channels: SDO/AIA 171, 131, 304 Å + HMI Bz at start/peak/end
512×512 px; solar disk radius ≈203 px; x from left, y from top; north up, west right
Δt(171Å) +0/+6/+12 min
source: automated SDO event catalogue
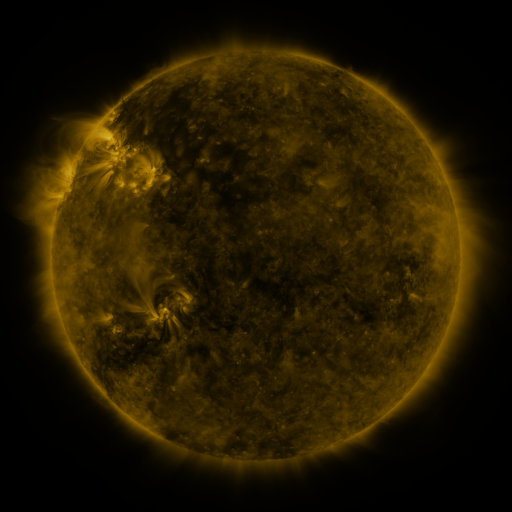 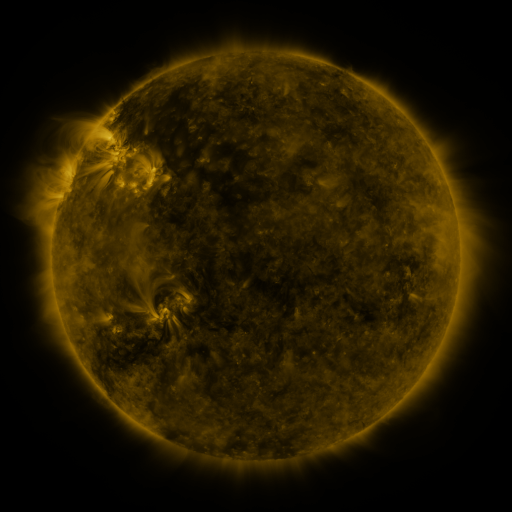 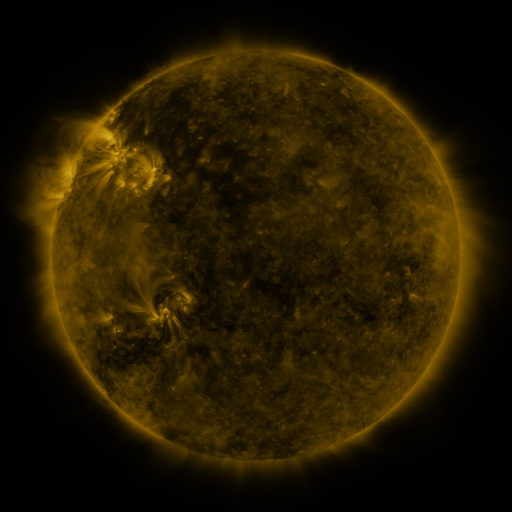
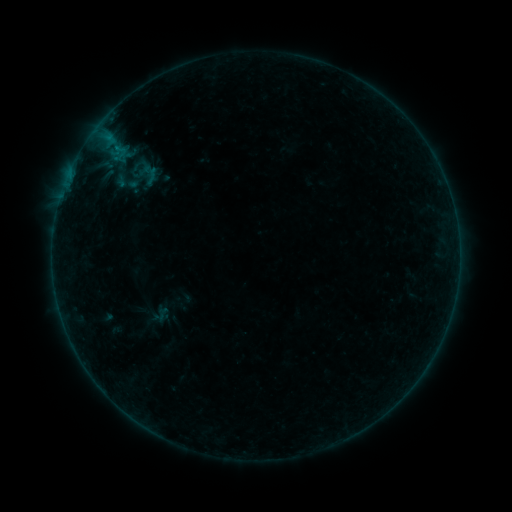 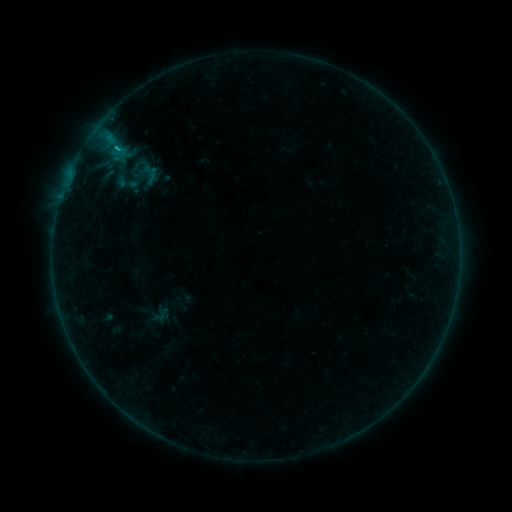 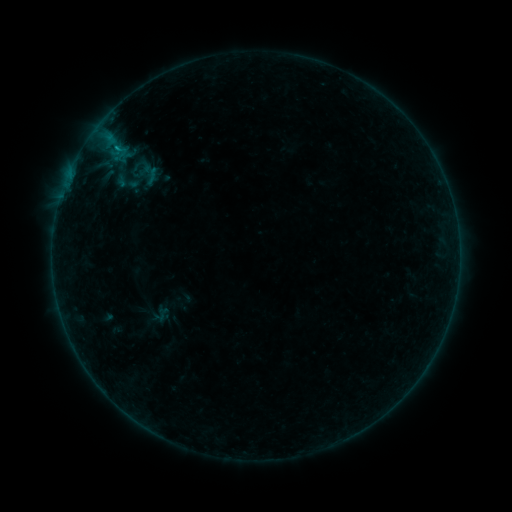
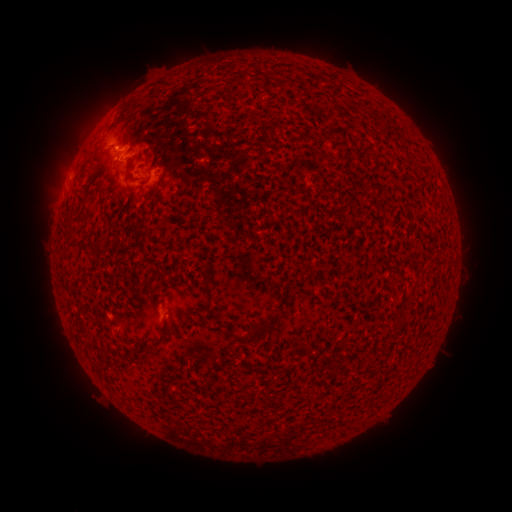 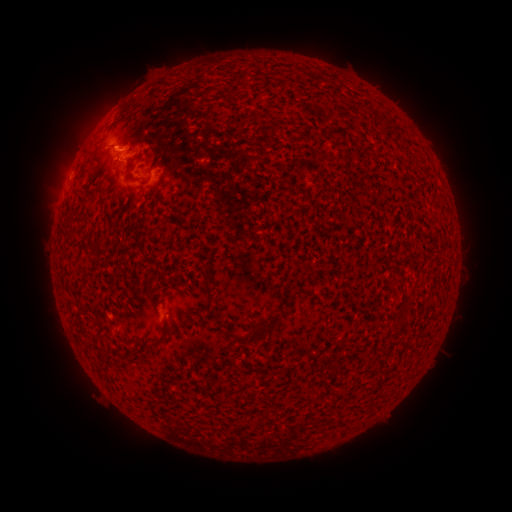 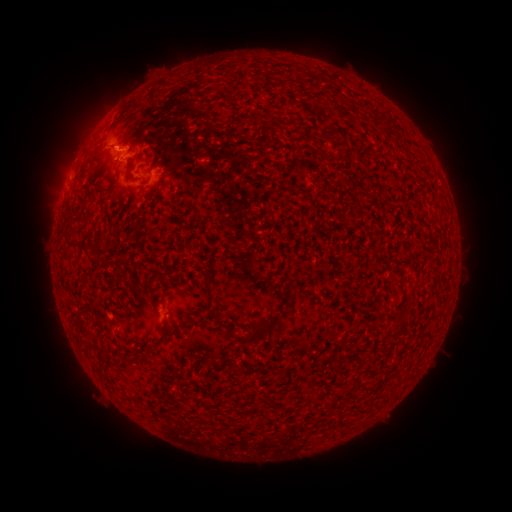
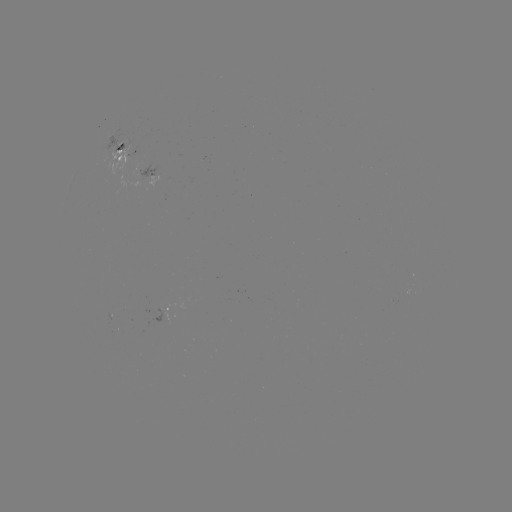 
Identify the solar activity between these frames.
B5.0 flare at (113, 142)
